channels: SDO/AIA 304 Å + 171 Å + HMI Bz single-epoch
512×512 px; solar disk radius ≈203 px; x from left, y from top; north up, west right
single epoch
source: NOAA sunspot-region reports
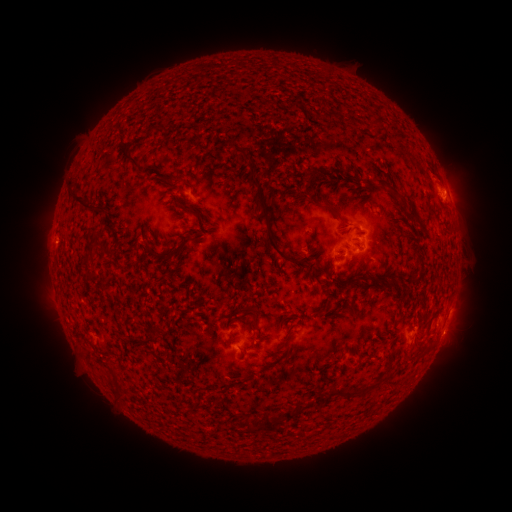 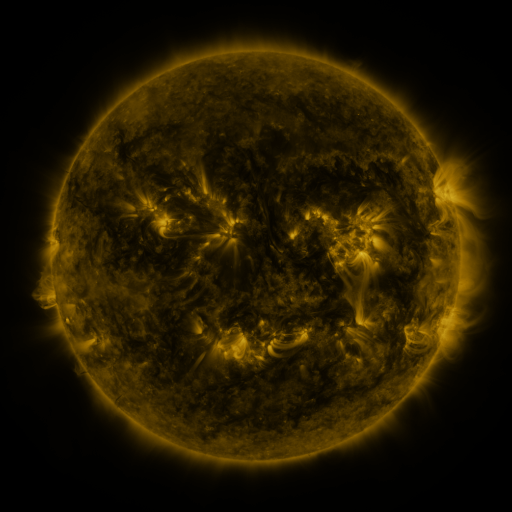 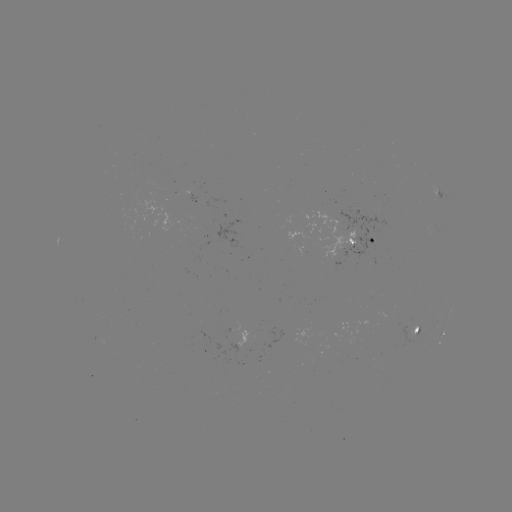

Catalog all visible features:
spotted active region: (443, 195)
spotted active region: (356, 245)
spotted active region: (417, 328)
spotted active region: (444, 328)
